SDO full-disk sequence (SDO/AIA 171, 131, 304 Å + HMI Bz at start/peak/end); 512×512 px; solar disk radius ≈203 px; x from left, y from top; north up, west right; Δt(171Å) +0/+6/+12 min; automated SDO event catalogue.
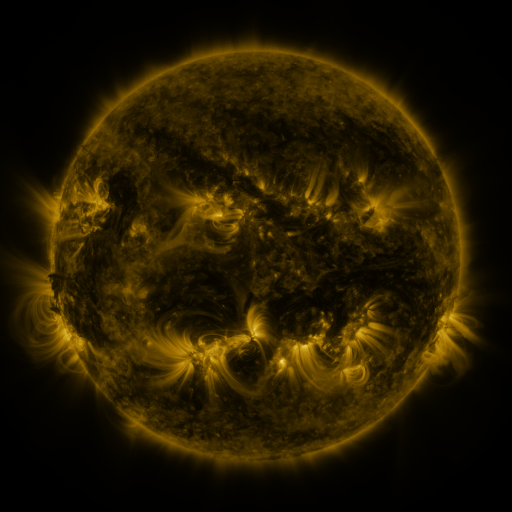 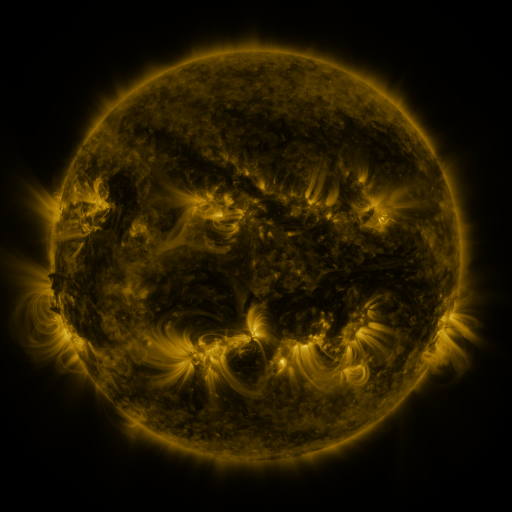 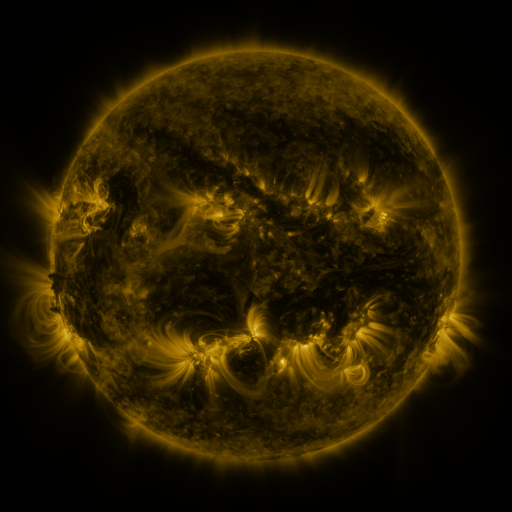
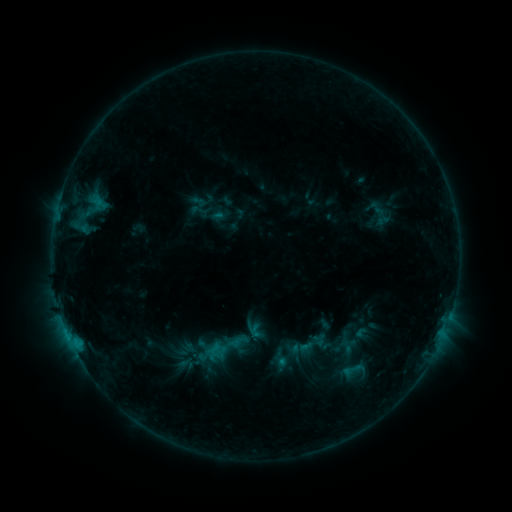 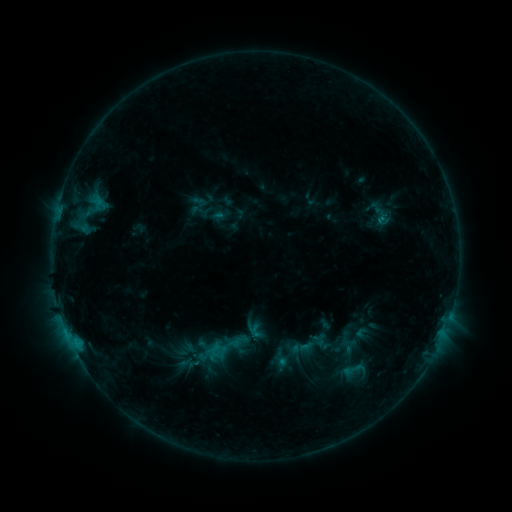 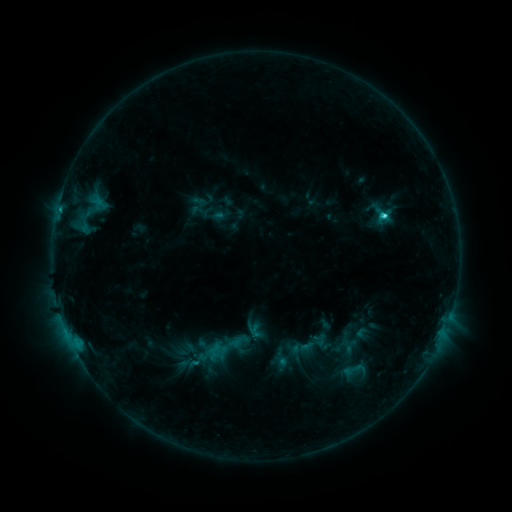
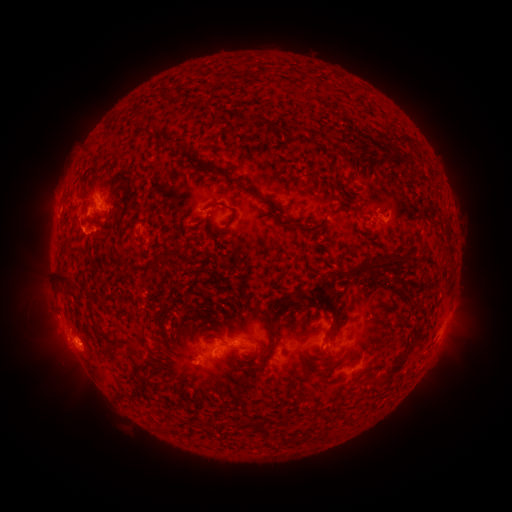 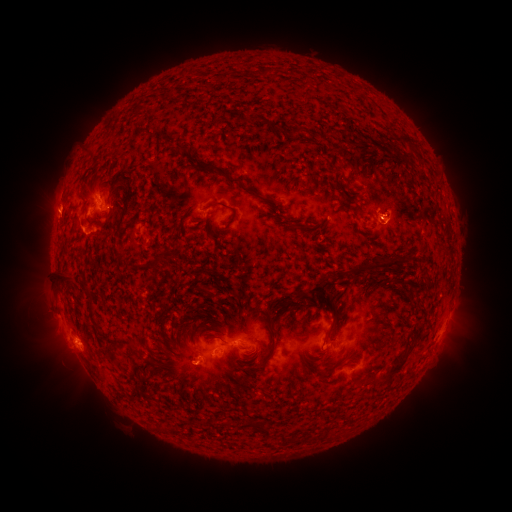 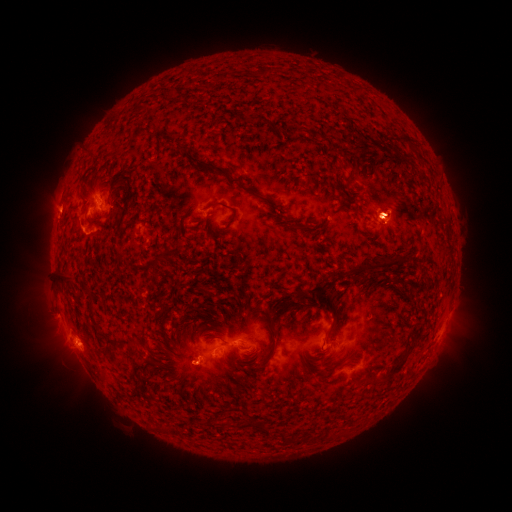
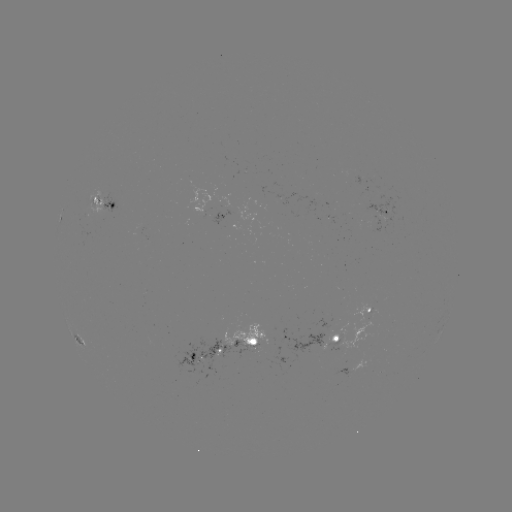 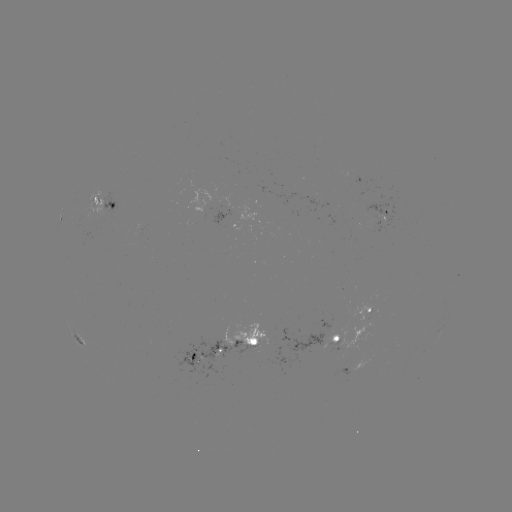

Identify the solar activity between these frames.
eruption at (56, 203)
